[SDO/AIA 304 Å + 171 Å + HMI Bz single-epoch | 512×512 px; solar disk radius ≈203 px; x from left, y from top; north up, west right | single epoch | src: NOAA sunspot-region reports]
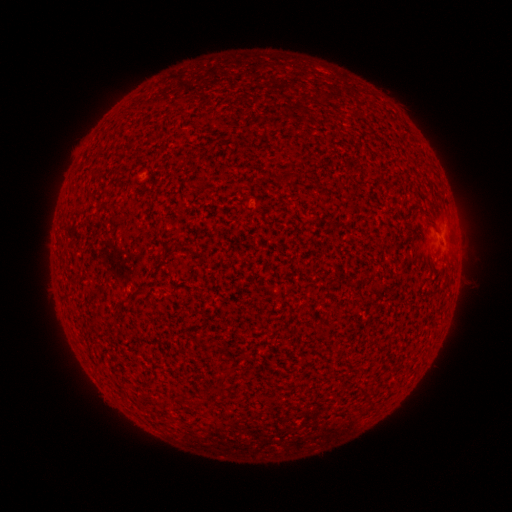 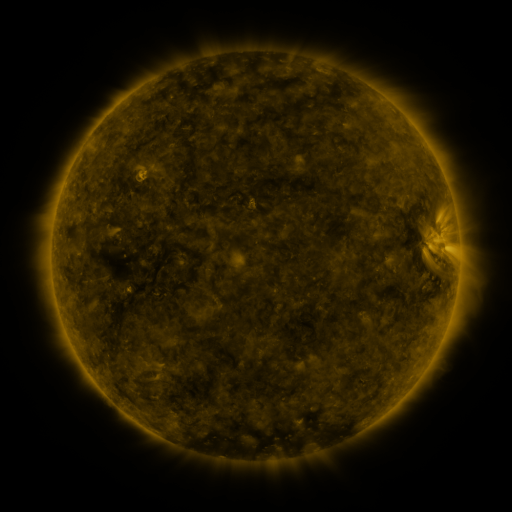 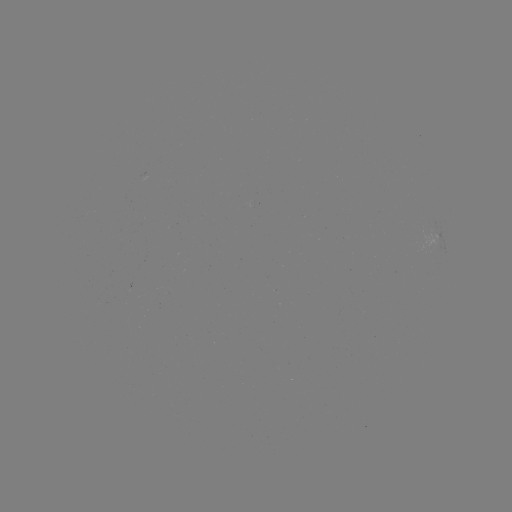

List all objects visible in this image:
(none)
